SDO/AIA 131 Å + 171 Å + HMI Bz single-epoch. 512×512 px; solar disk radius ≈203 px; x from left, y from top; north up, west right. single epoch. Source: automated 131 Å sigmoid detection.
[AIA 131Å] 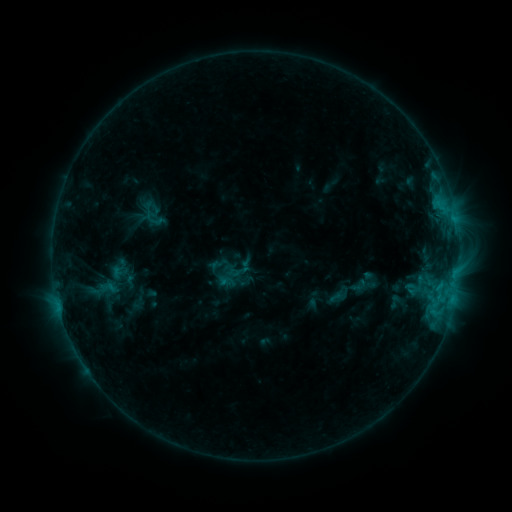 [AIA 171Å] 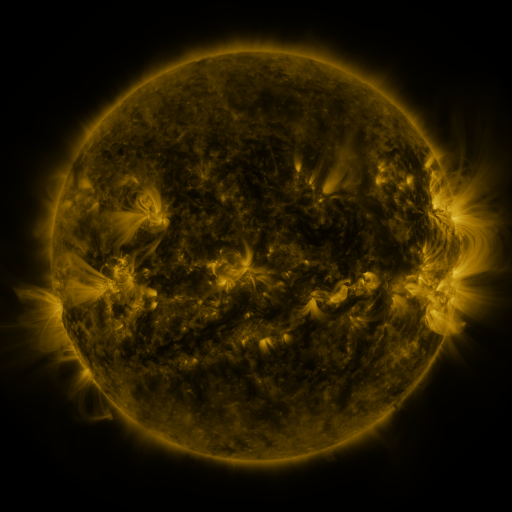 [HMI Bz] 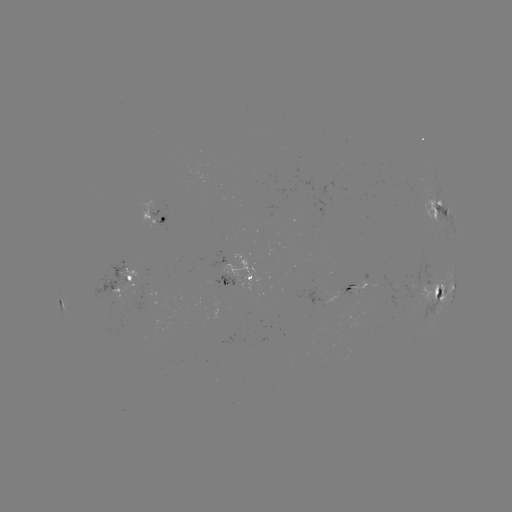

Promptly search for sigmoid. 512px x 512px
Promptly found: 245,267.